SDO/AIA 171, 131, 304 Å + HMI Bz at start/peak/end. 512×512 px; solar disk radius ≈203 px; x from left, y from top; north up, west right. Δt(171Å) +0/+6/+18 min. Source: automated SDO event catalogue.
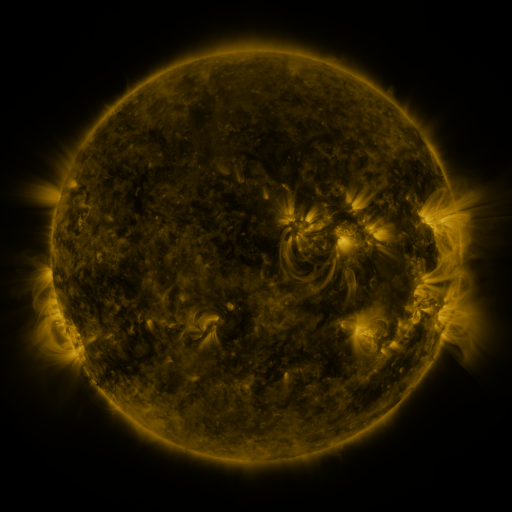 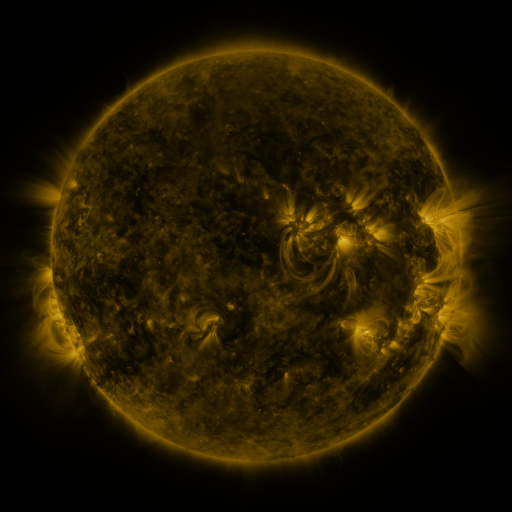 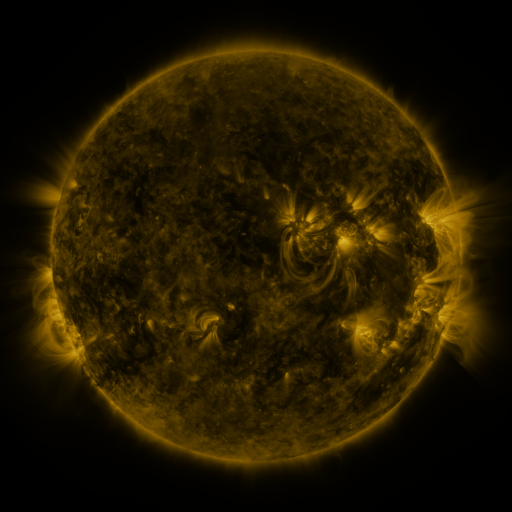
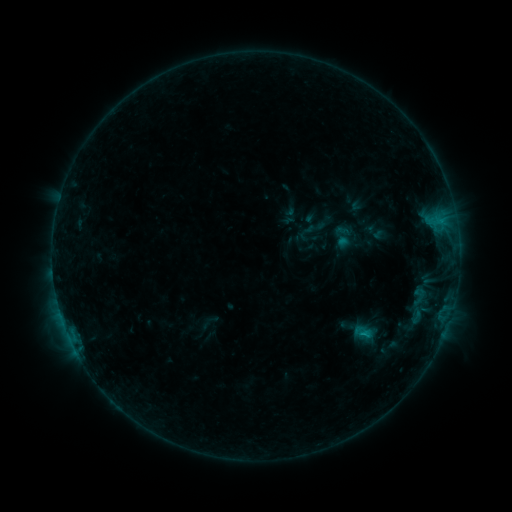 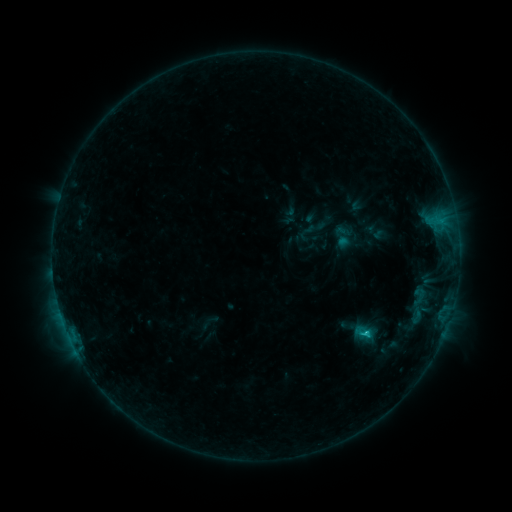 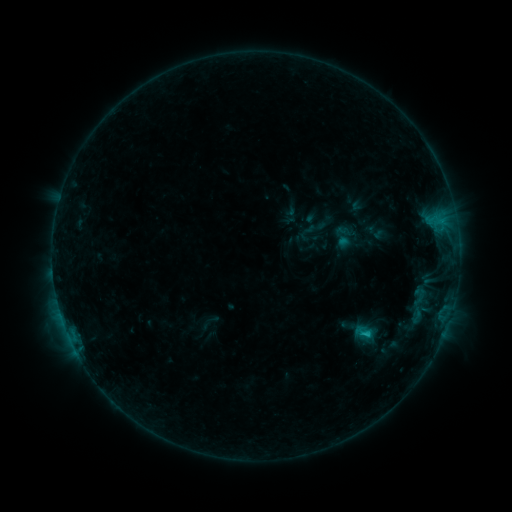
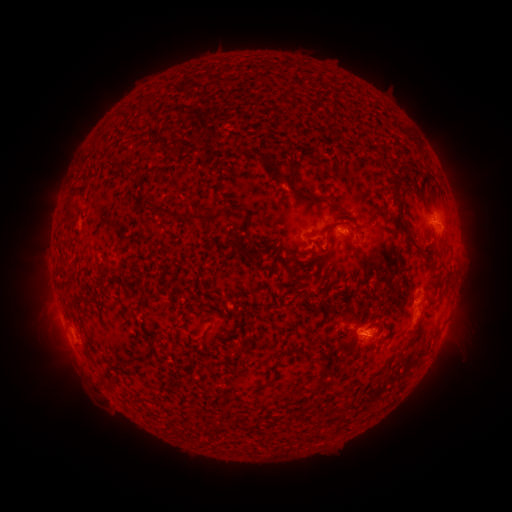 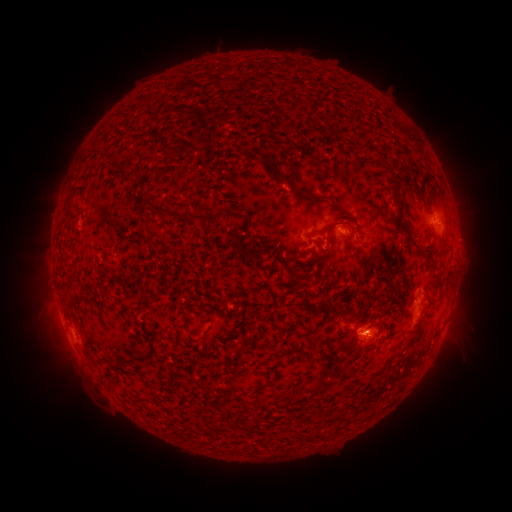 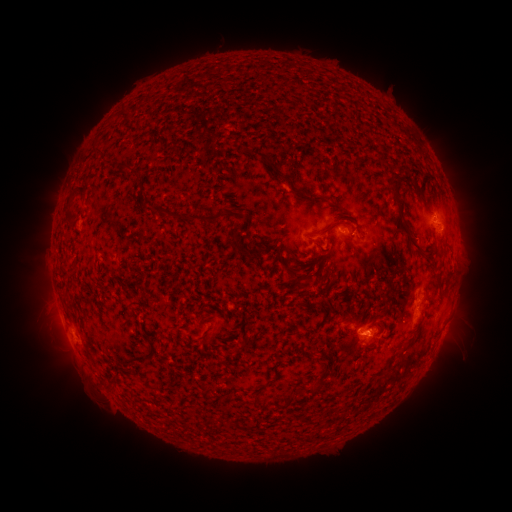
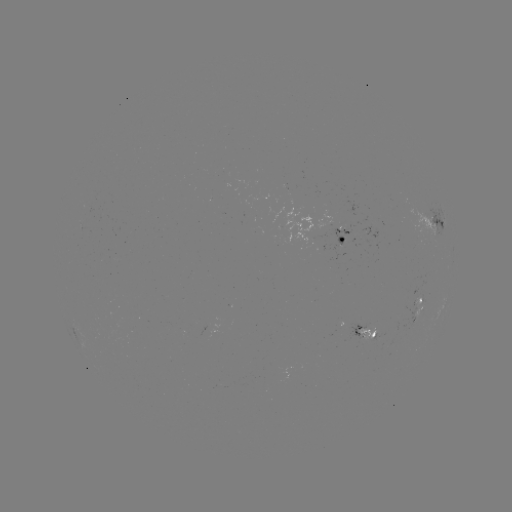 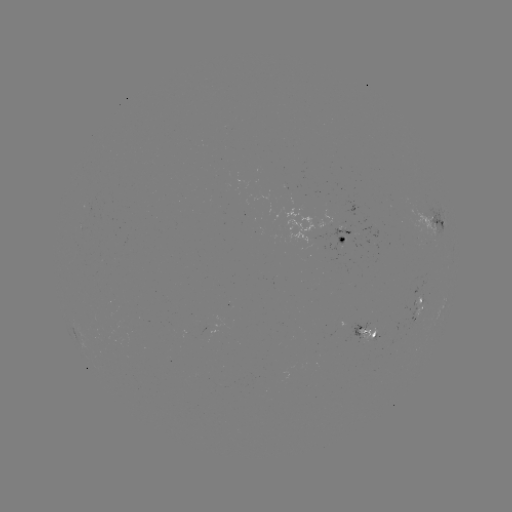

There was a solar flare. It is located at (365, 332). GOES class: C1.1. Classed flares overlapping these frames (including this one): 1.